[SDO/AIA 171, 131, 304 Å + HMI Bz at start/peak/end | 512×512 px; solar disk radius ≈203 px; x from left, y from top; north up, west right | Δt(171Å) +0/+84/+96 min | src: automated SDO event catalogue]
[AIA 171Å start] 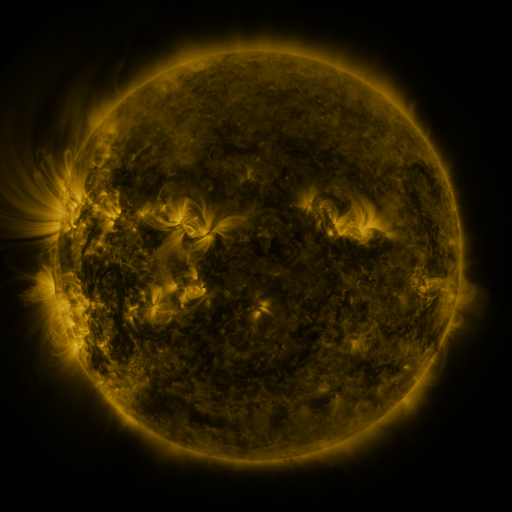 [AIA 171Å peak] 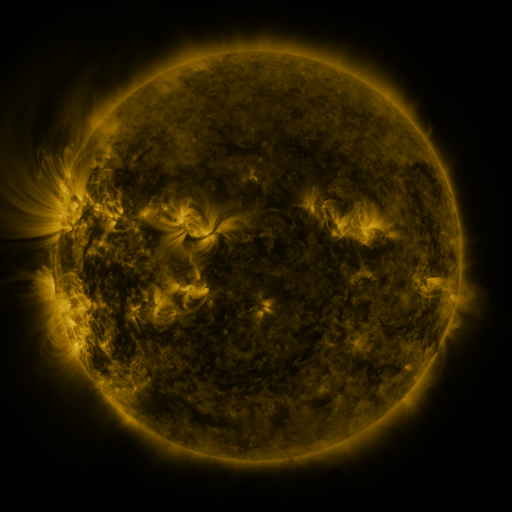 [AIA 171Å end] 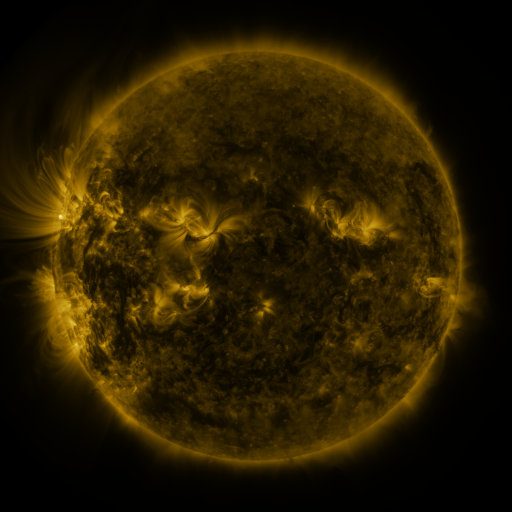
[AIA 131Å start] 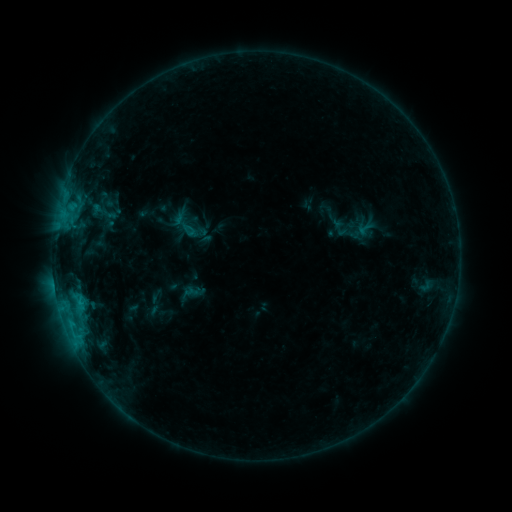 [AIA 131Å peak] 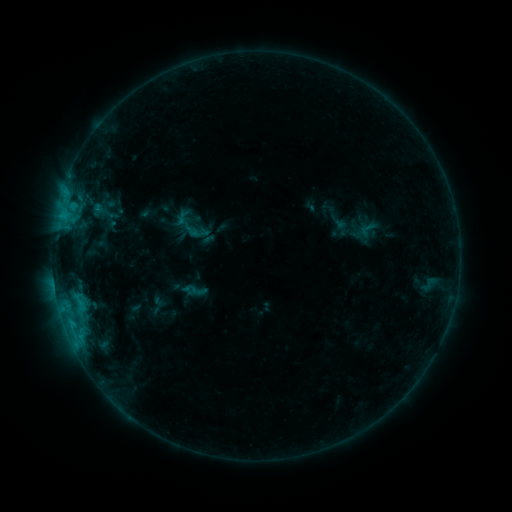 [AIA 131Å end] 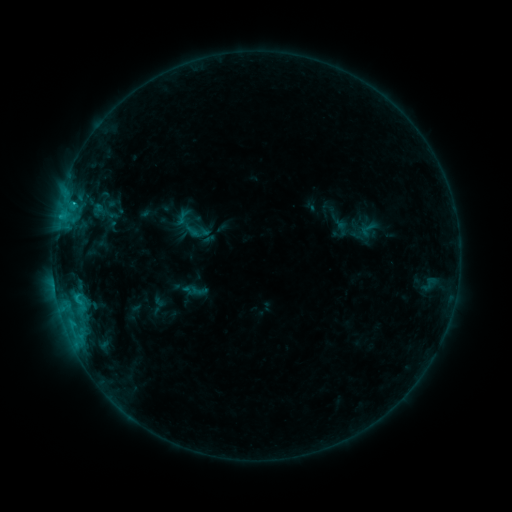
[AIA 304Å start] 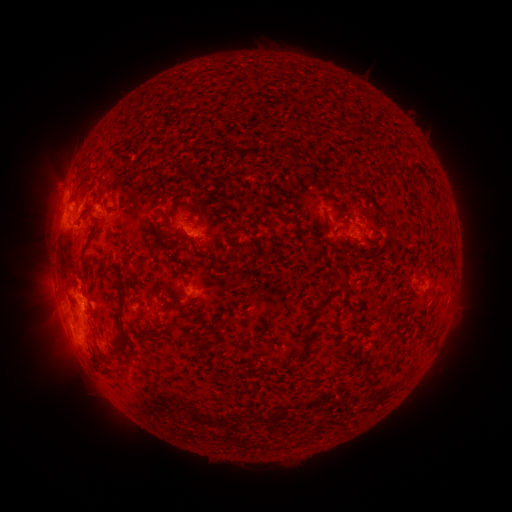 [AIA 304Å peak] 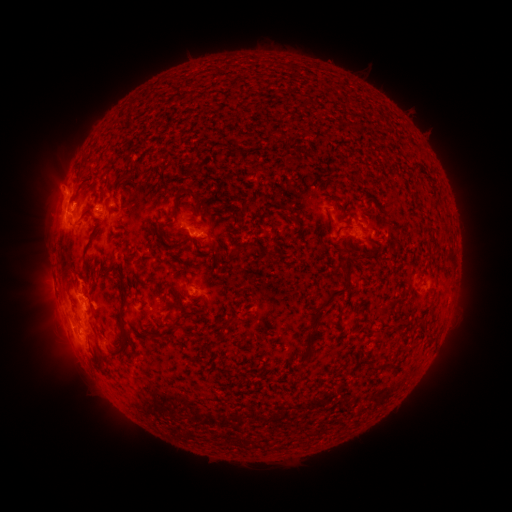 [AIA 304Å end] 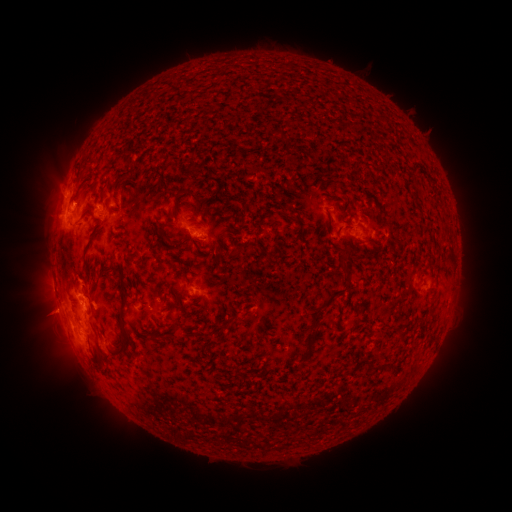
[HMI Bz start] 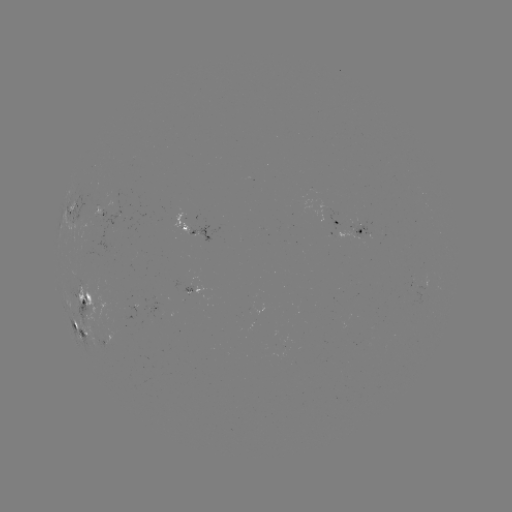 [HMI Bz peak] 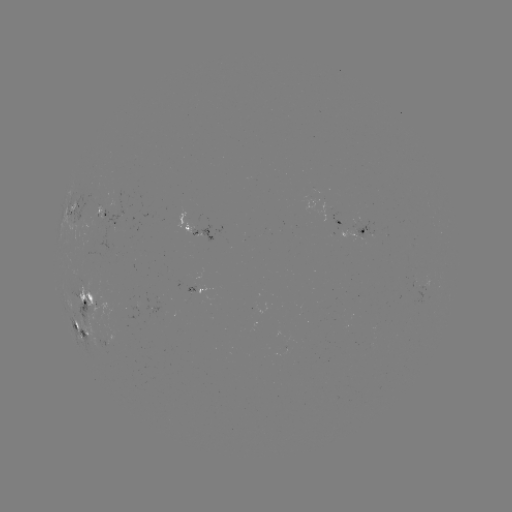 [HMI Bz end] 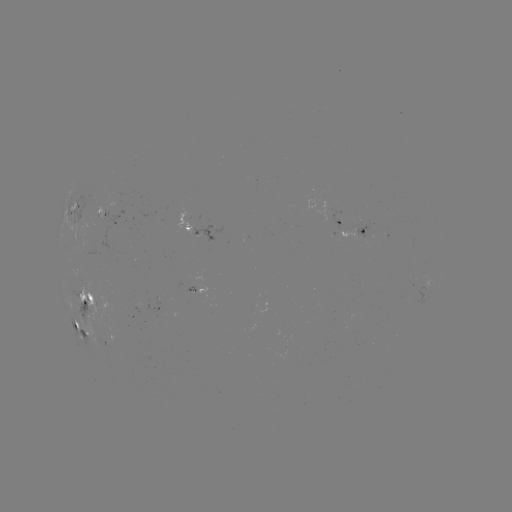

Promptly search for emerging-flux region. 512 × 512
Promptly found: (90, 232).